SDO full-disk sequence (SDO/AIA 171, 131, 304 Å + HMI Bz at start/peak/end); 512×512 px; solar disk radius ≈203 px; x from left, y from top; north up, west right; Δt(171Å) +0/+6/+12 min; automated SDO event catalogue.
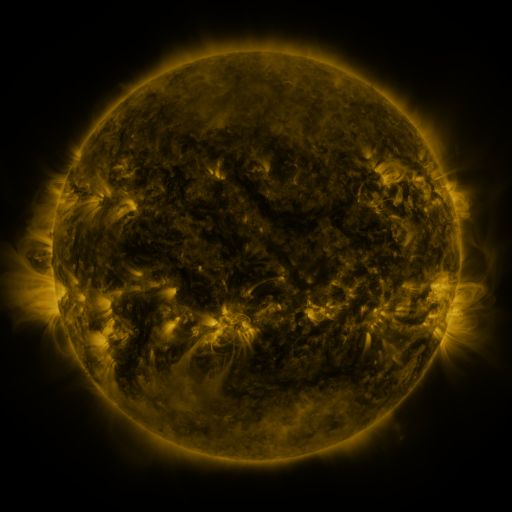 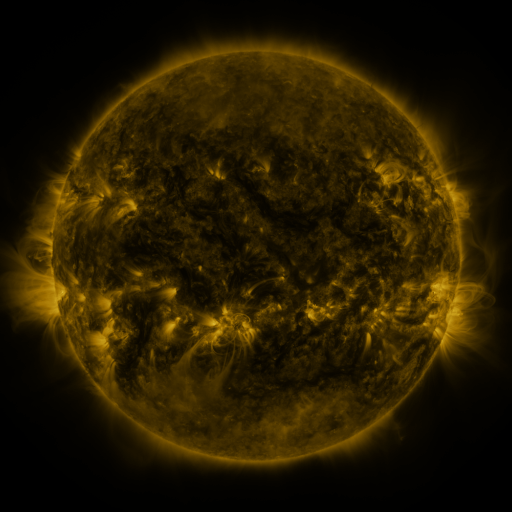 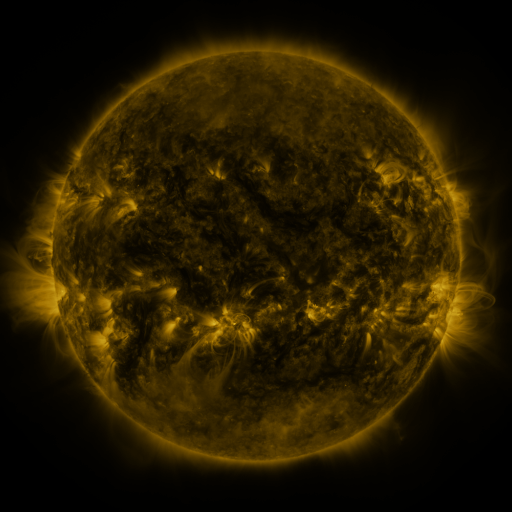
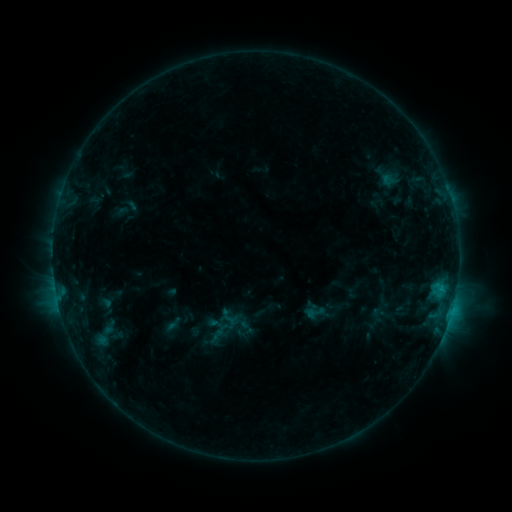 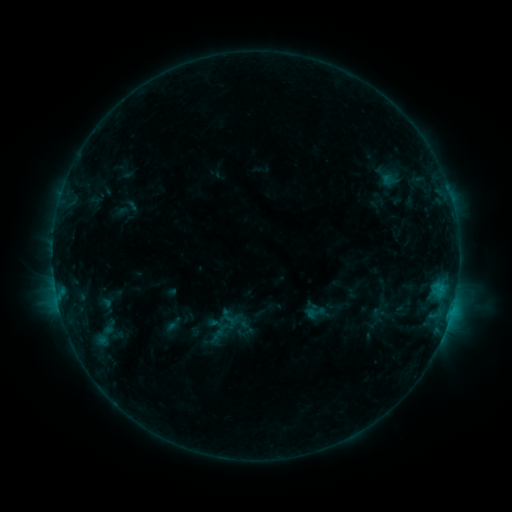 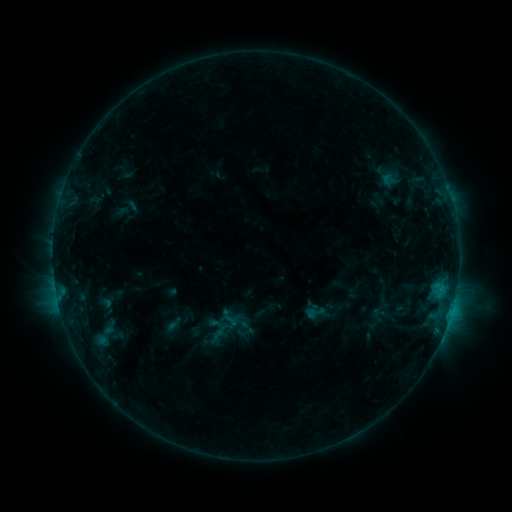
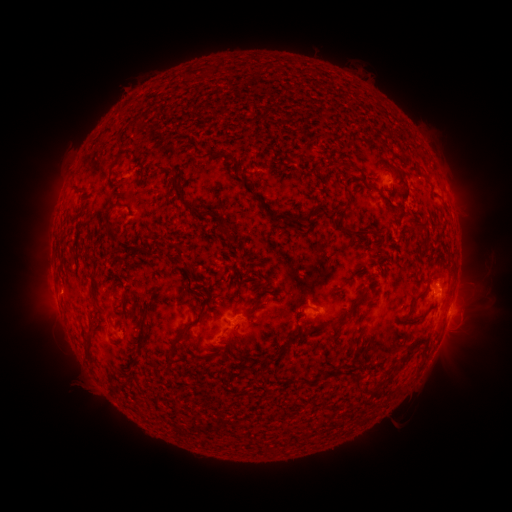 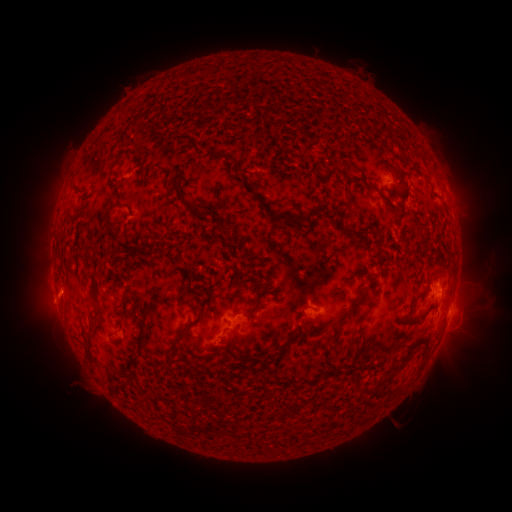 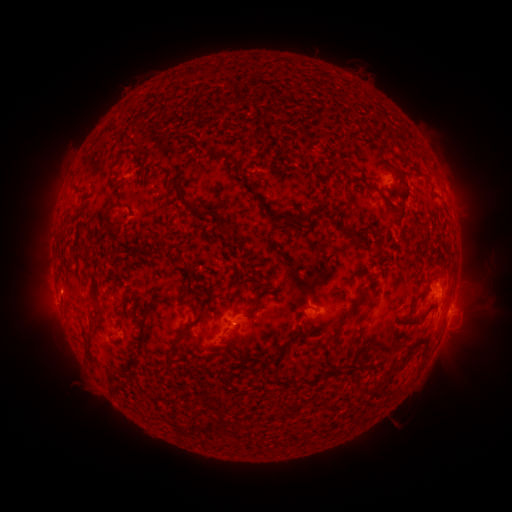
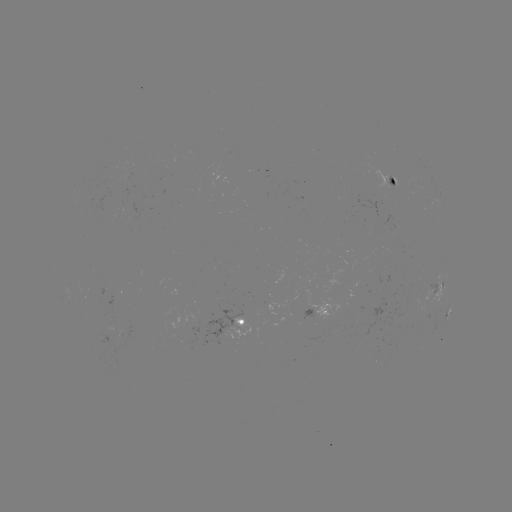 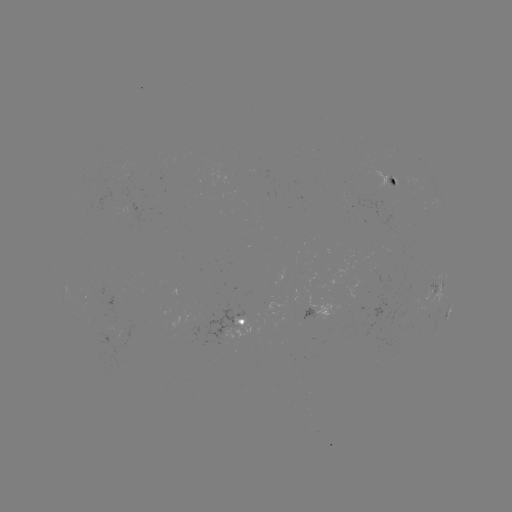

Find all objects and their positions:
eruption: (52, 302)
